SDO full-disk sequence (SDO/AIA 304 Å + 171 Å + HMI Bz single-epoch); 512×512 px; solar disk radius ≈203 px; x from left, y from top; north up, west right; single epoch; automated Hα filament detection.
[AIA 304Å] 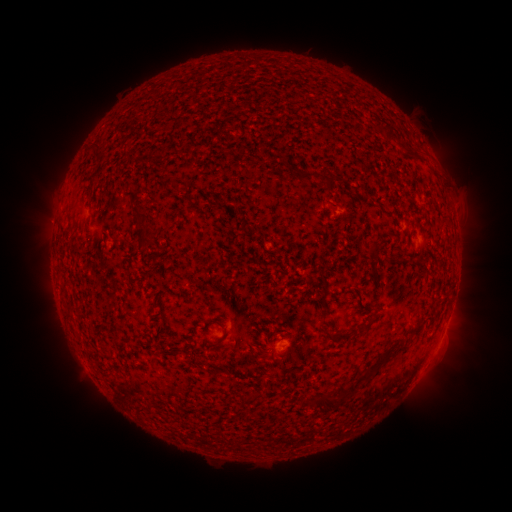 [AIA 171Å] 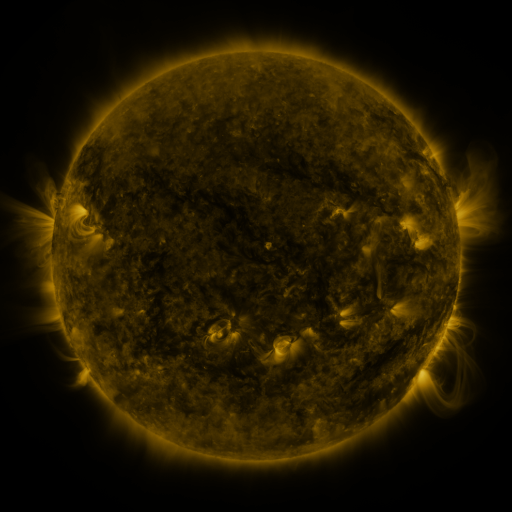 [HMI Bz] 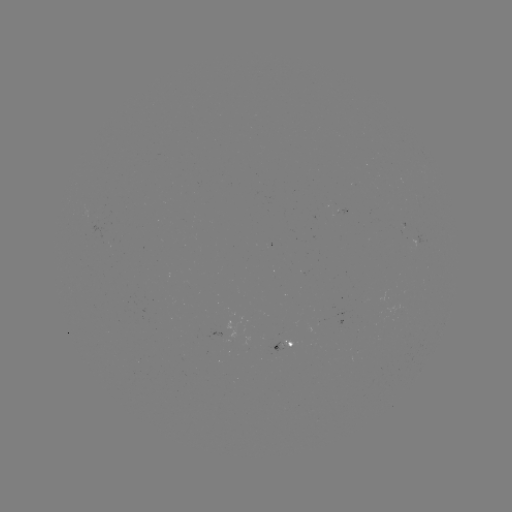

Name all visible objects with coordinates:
filament: (370, 119, 383, 130)
filament: (380, 123, 393, 139)
filament: (400, 143, 411, 154)
filament: (90, 145, 100, 154)
filament: (291, 166, 336, 185)
filament: (167, 179, 188, 189)
filament: (87, 182, 95, 192)
filament: (131, 205, 158, 251)
filament: (319, 270, 330, 317)
filament: (356, 290, 369, 308)
filament: (68, 306, 78, 318)
filament: (324, 317, 373, 339)
filament: (415, 317, 423, 326)
filament: (380, 345, 394, 362)
filament: (357, 362, 380, 381)
filament: (307, 379, 356, 409)
filament: (252, 390, 269, 401)
filament: (139, 404, 153, 414)
